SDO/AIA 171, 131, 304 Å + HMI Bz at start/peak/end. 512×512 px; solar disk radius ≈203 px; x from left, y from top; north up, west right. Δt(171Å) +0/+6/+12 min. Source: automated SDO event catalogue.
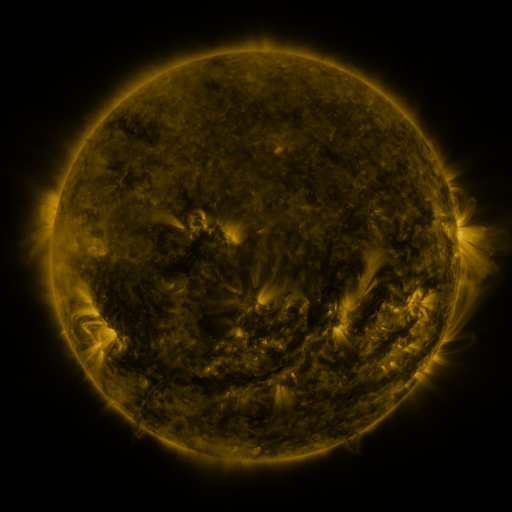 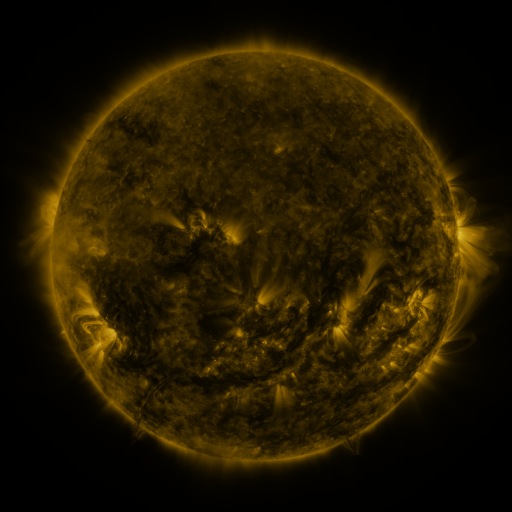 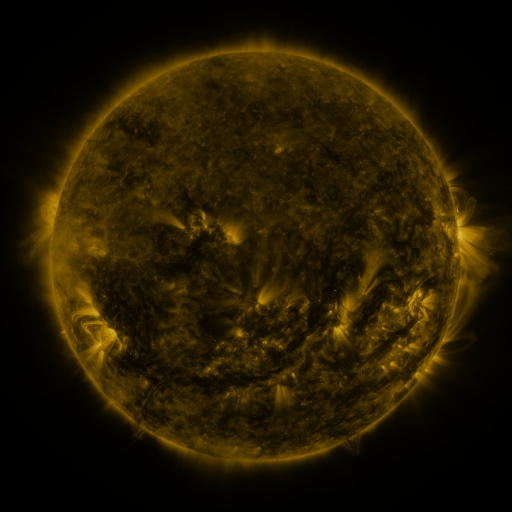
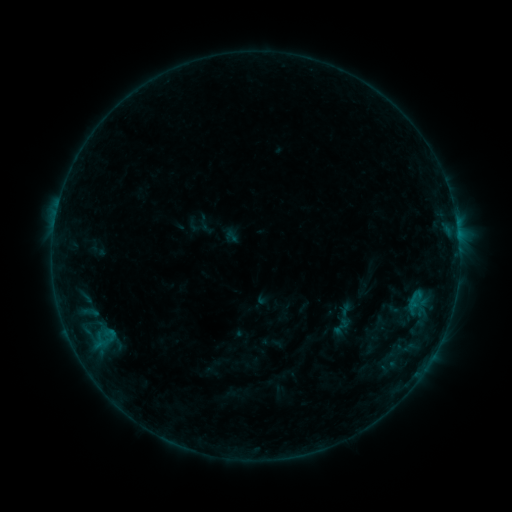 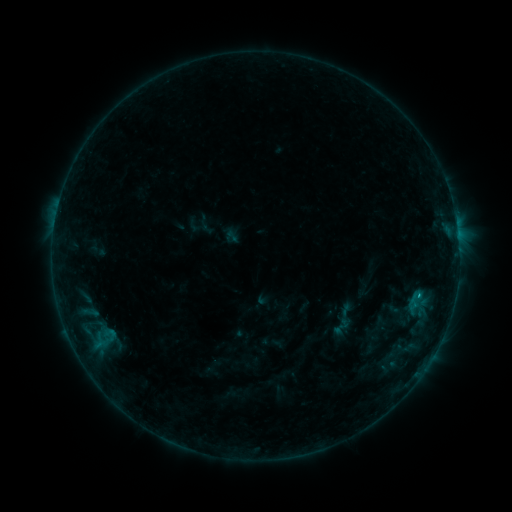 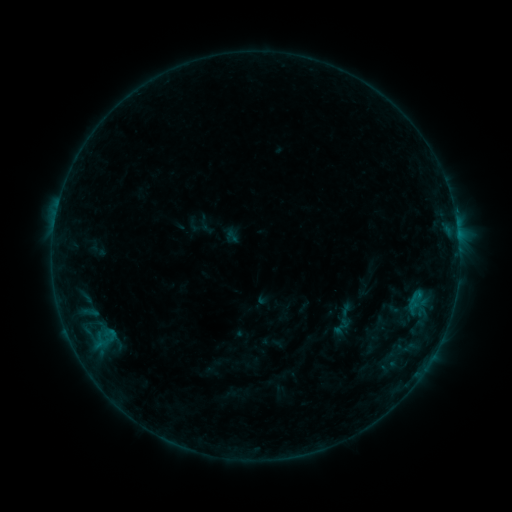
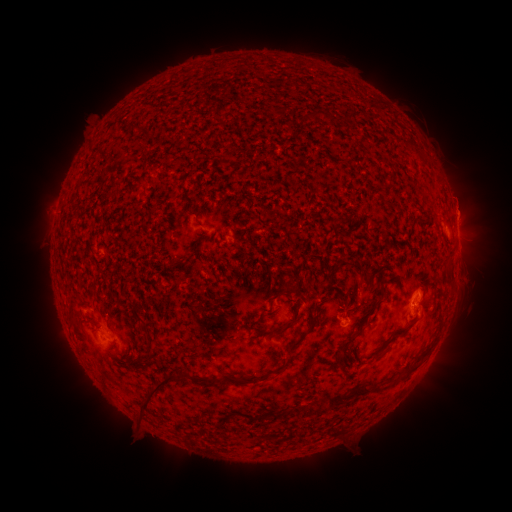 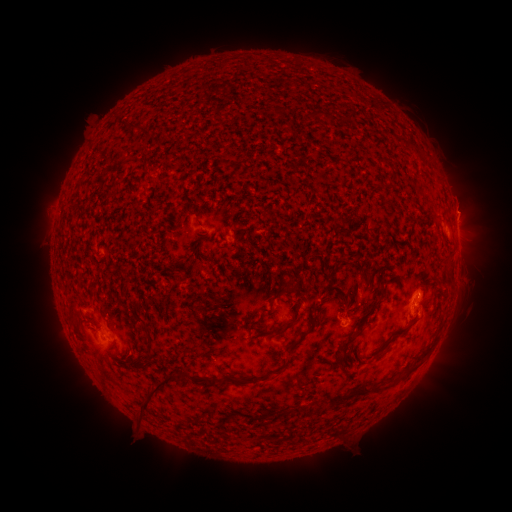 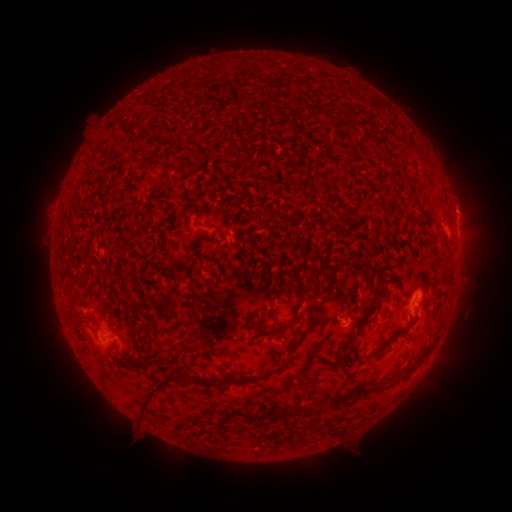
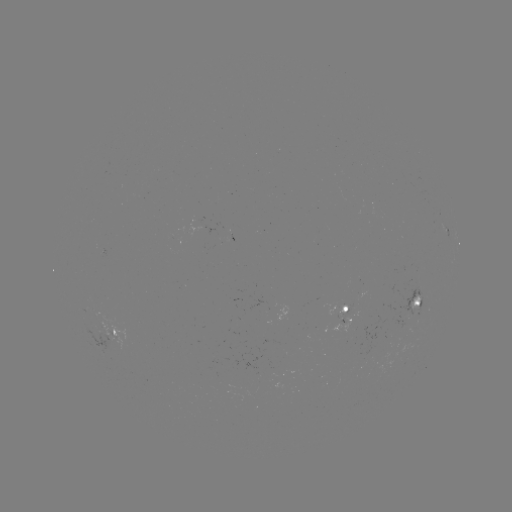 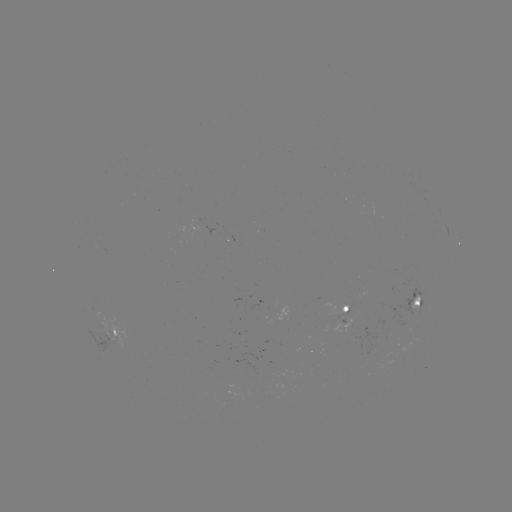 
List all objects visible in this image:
B3.9 flare: (413, 304)
